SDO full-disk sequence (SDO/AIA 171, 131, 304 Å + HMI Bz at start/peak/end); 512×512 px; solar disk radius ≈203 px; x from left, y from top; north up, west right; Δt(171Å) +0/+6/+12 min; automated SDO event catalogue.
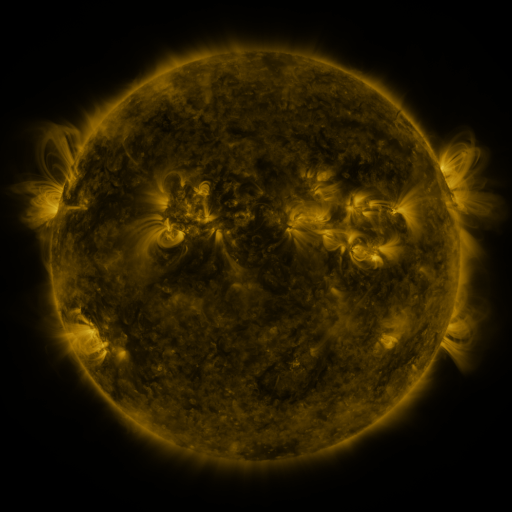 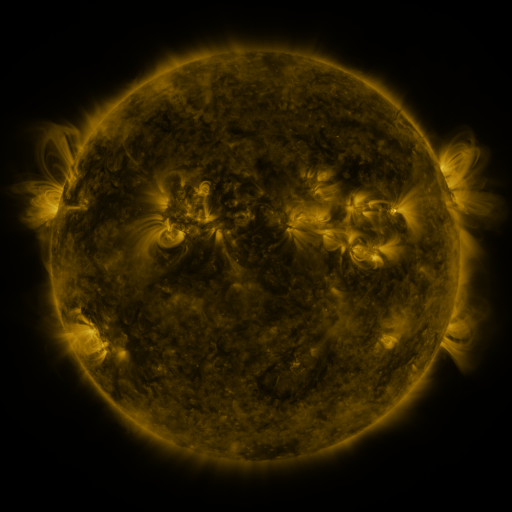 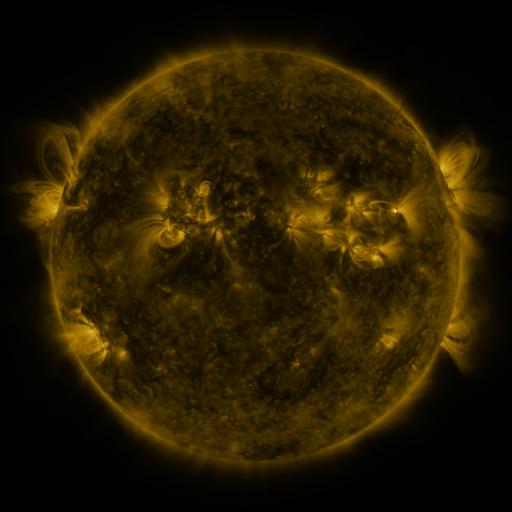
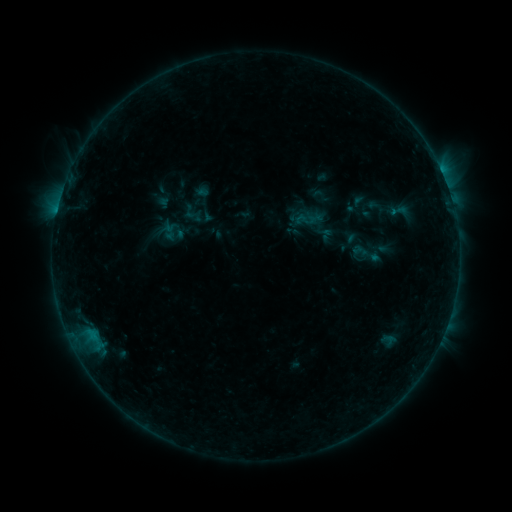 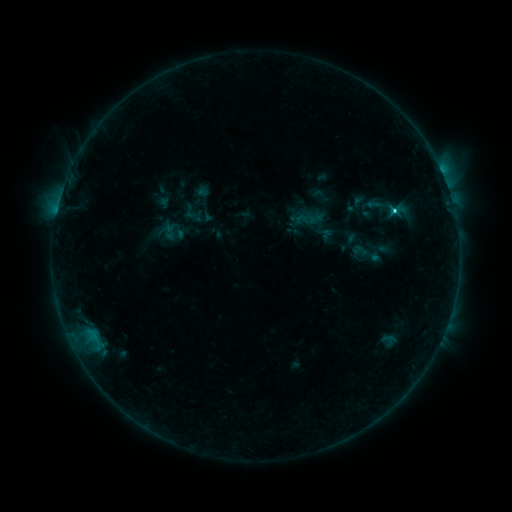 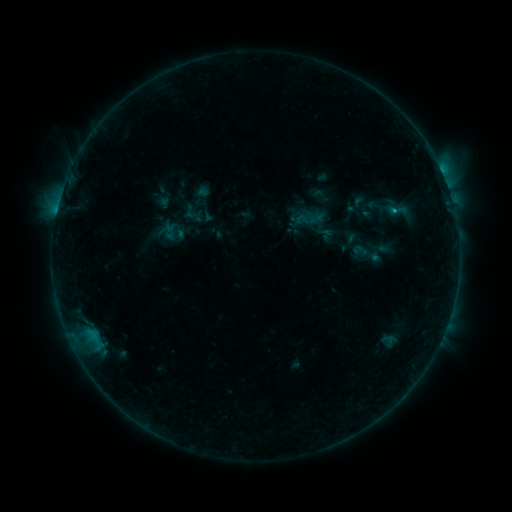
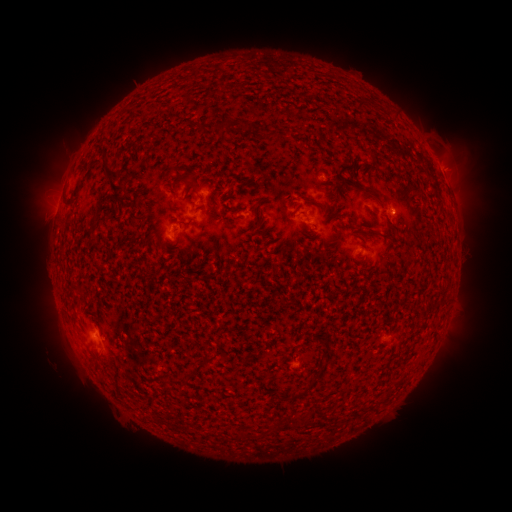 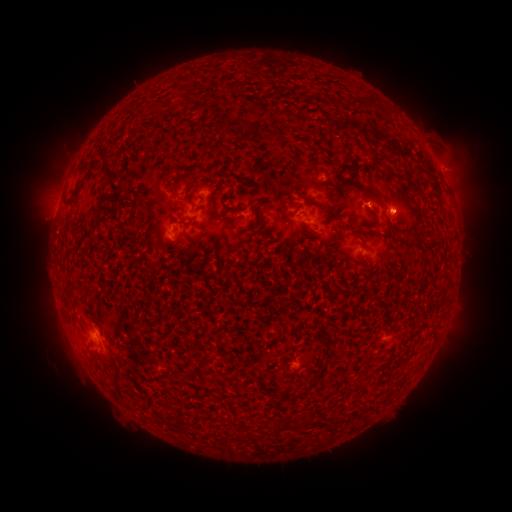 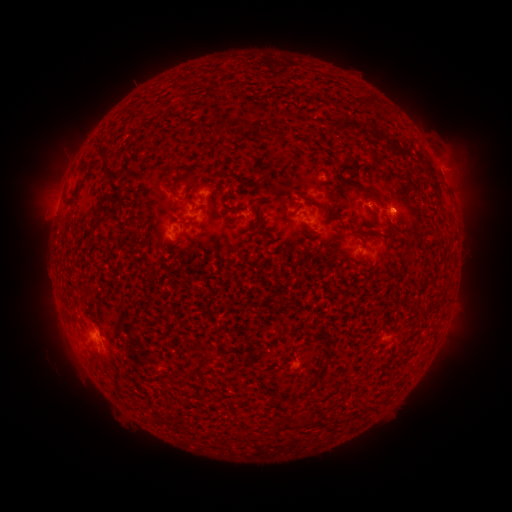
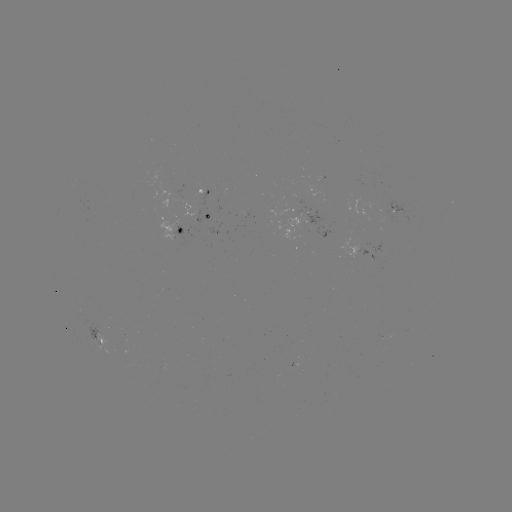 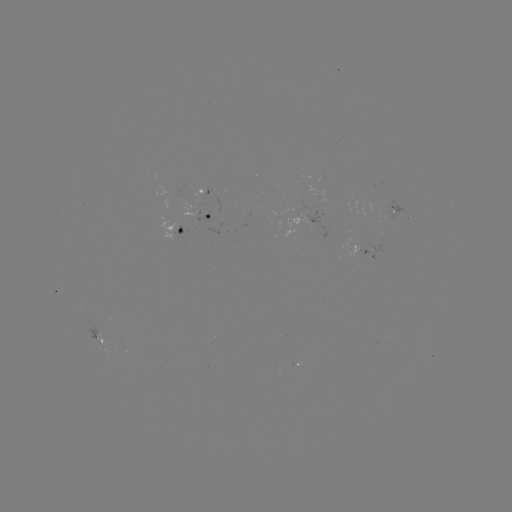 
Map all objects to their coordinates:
C1.7 flare: (393, 214)
